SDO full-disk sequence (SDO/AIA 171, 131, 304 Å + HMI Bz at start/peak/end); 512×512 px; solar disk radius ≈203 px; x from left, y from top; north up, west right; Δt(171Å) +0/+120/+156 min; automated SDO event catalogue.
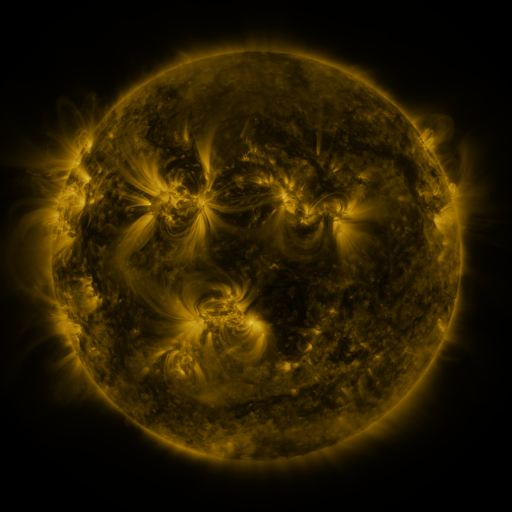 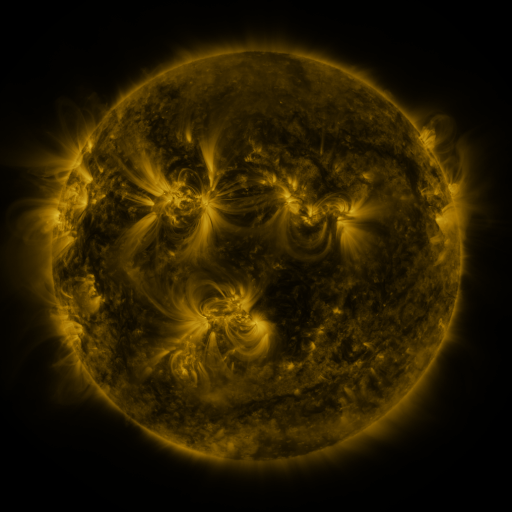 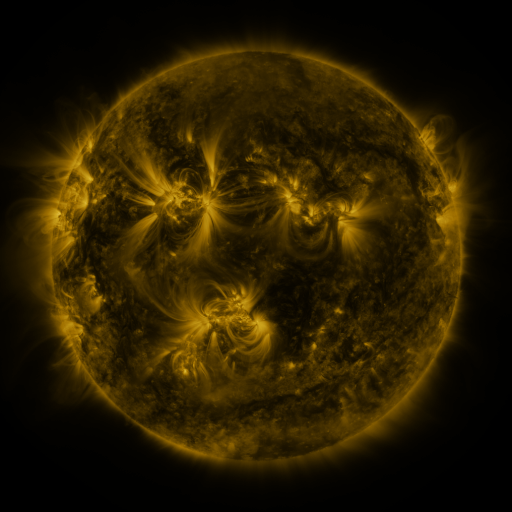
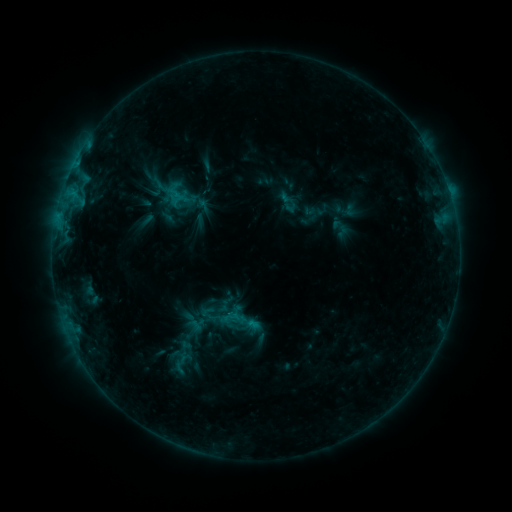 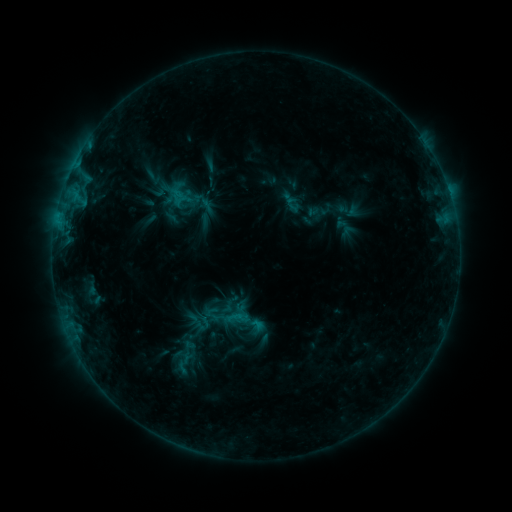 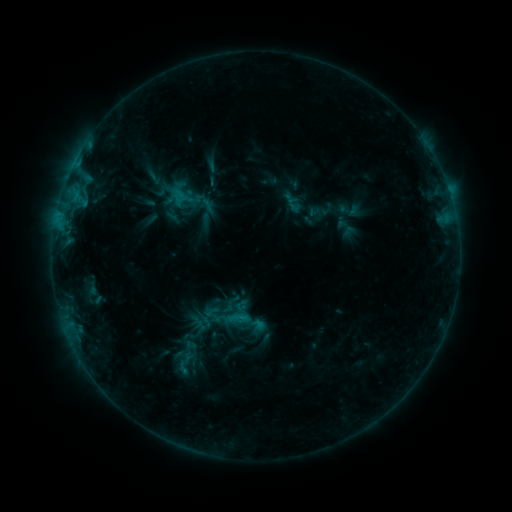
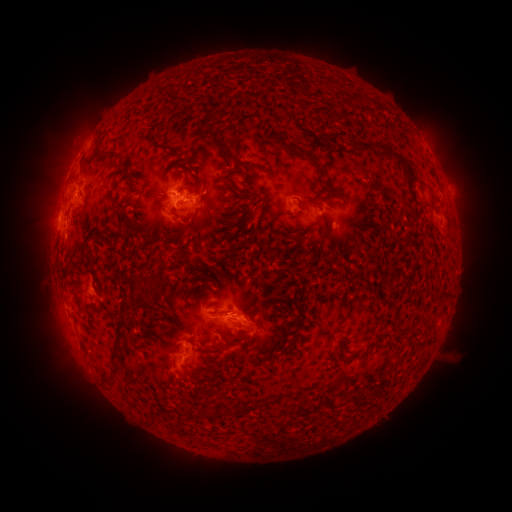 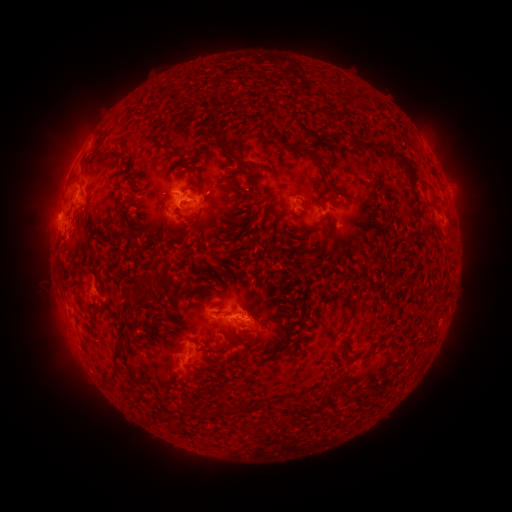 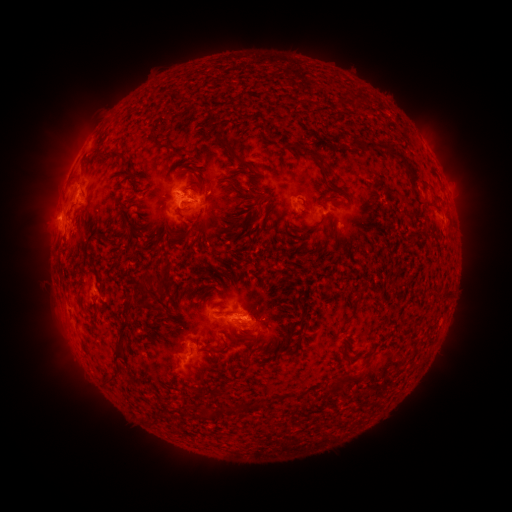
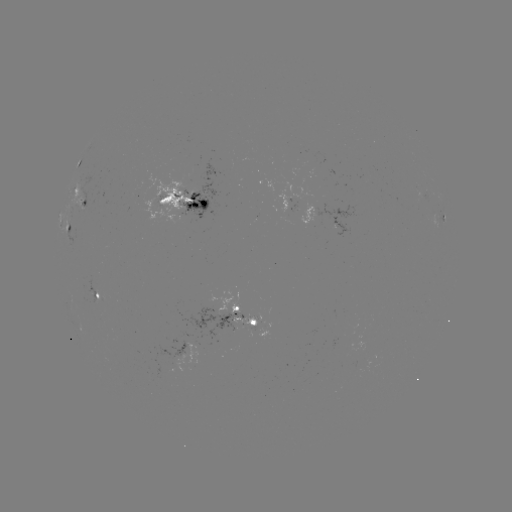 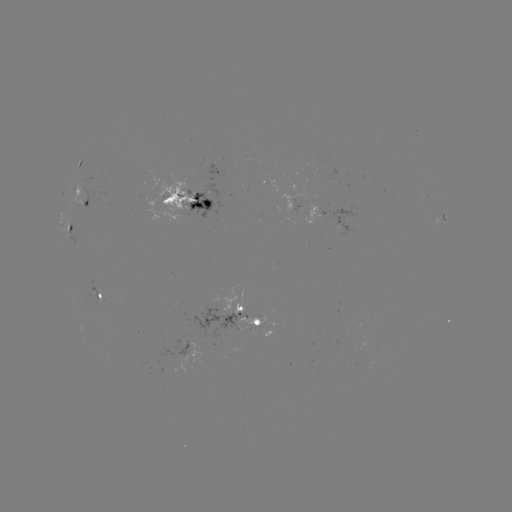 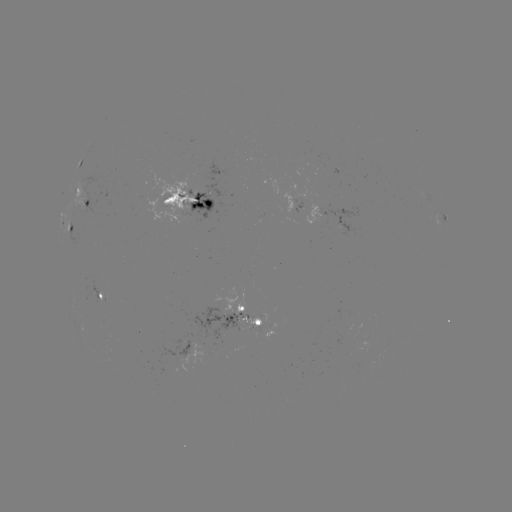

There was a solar emerging-flux region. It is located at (256, 325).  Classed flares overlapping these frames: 1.